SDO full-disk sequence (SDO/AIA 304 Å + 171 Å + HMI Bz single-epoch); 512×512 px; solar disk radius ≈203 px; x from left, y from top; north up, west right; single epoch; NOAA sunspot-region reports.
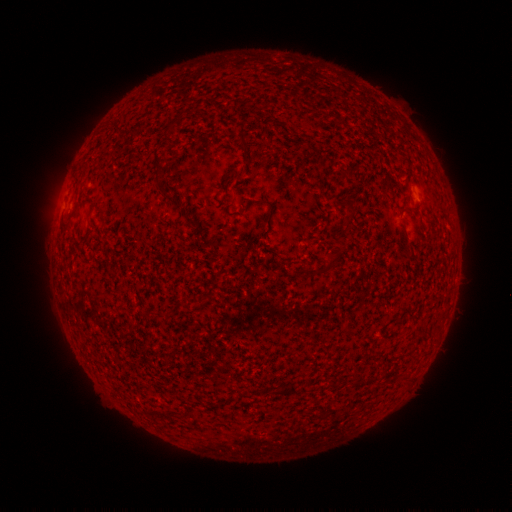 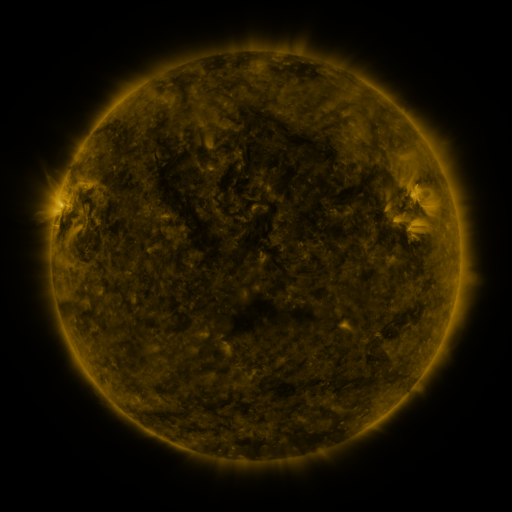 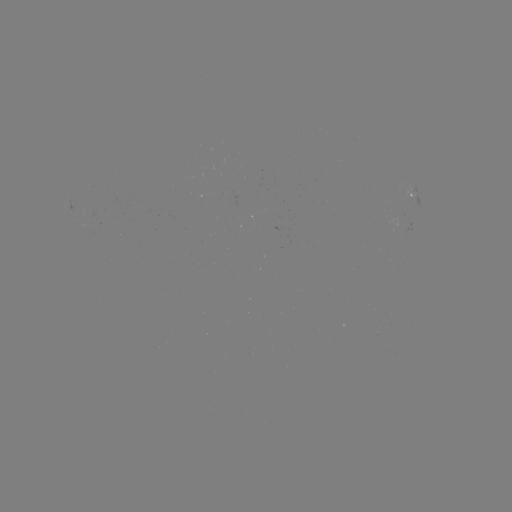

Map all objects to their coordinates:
spotted active region: (415, 199)
